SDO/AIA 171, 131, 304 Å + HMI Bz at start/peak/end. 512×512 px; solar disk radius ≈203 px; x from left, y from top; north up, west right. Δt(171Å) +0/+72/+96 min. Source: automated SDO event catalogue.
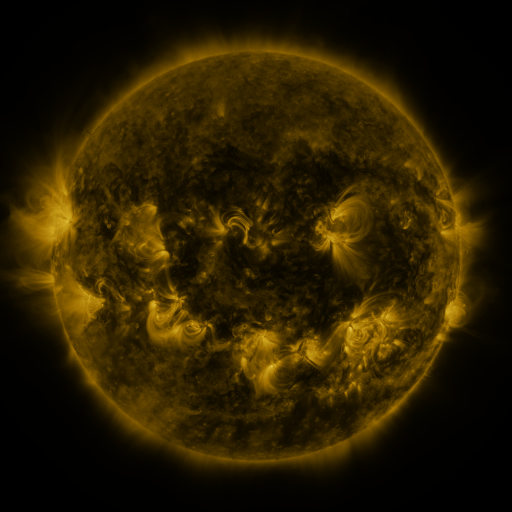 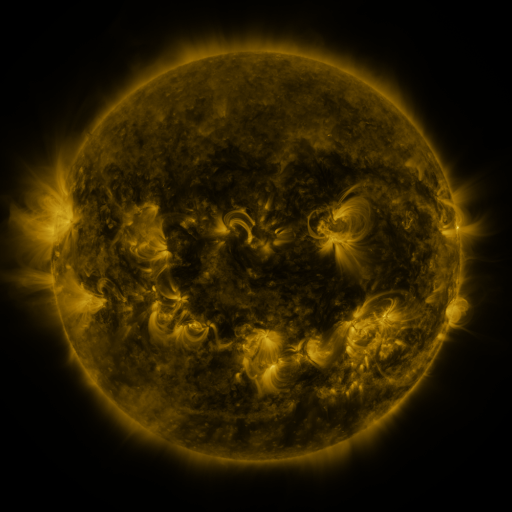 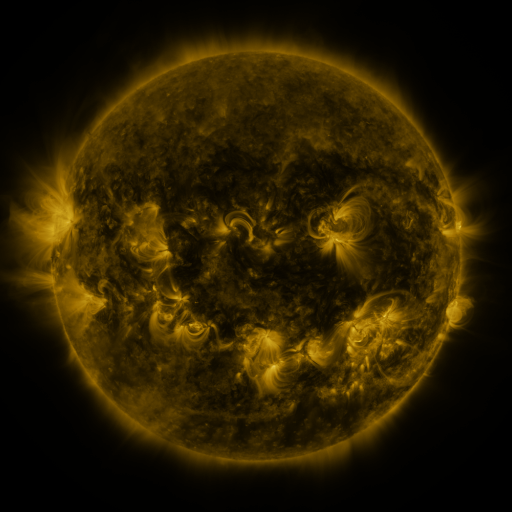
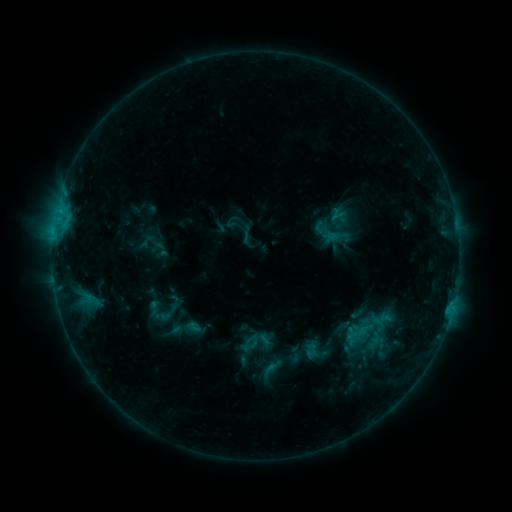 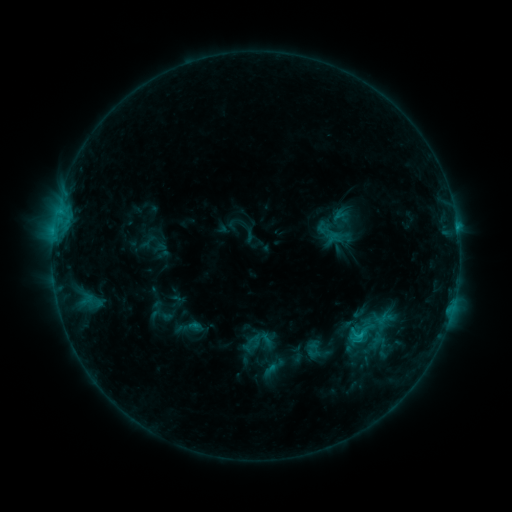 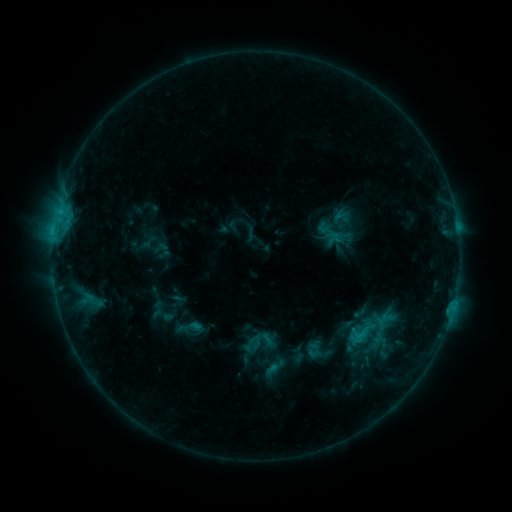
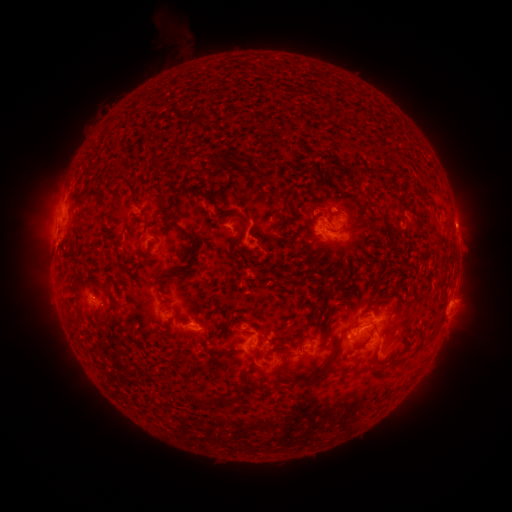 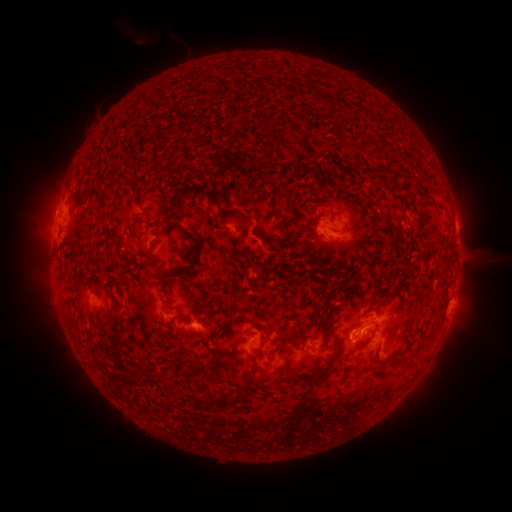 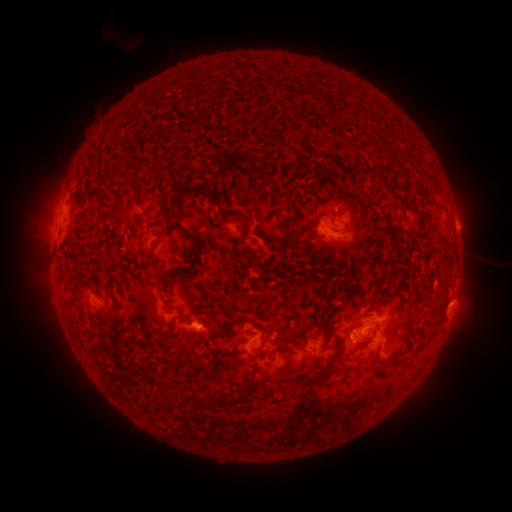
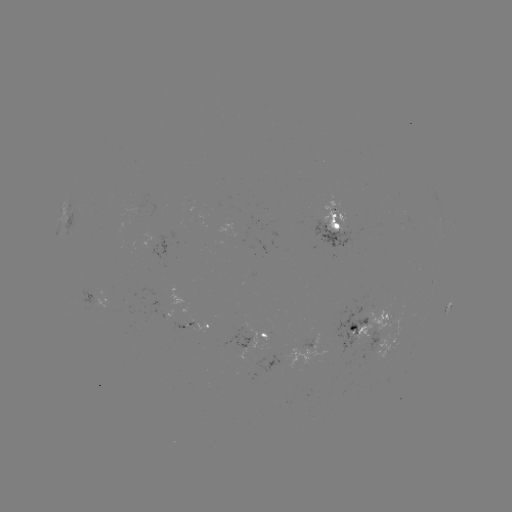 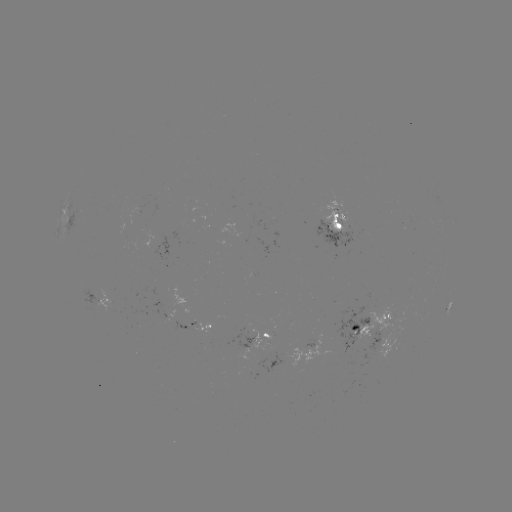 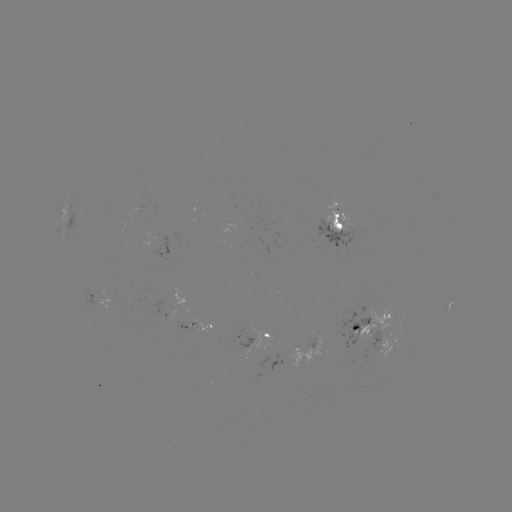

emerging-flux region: <bbox>164, 319, 196, 329</bbox>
